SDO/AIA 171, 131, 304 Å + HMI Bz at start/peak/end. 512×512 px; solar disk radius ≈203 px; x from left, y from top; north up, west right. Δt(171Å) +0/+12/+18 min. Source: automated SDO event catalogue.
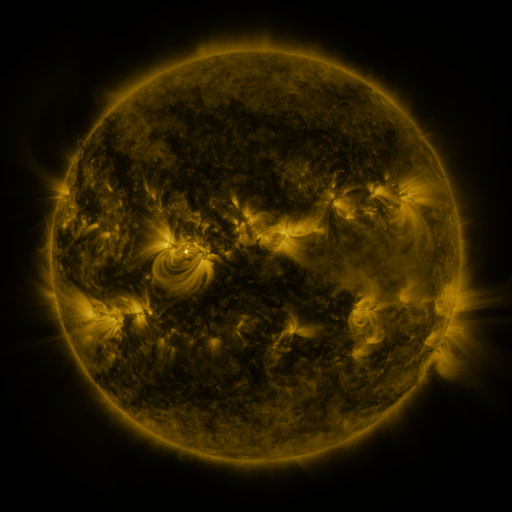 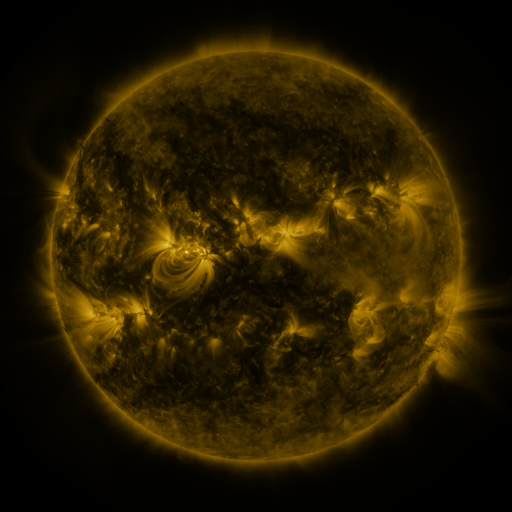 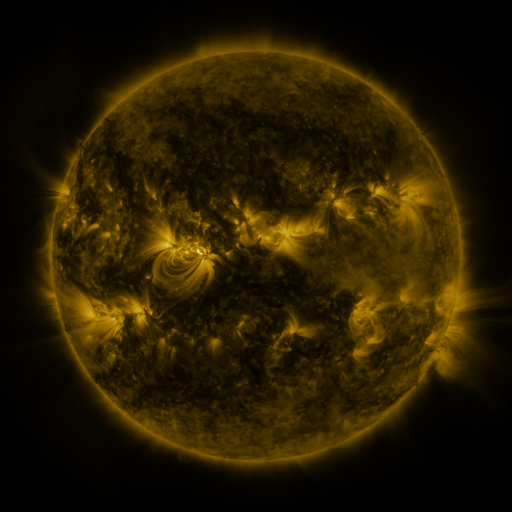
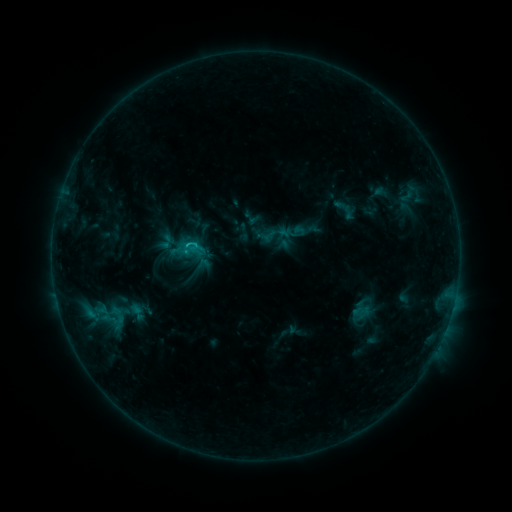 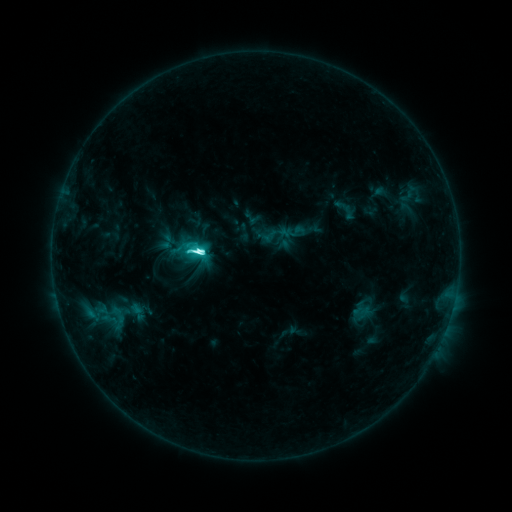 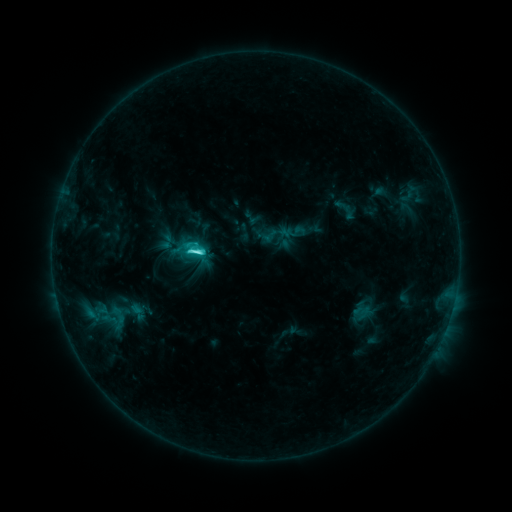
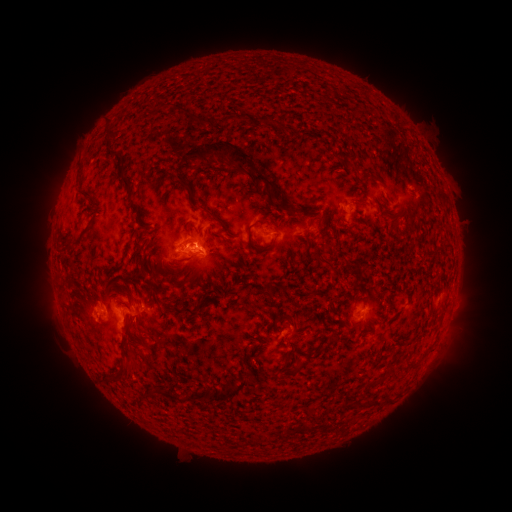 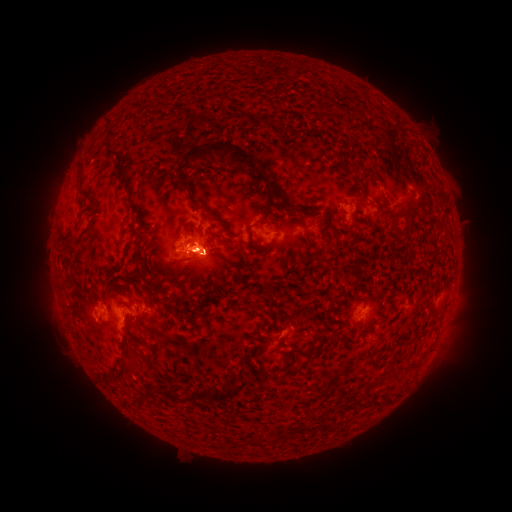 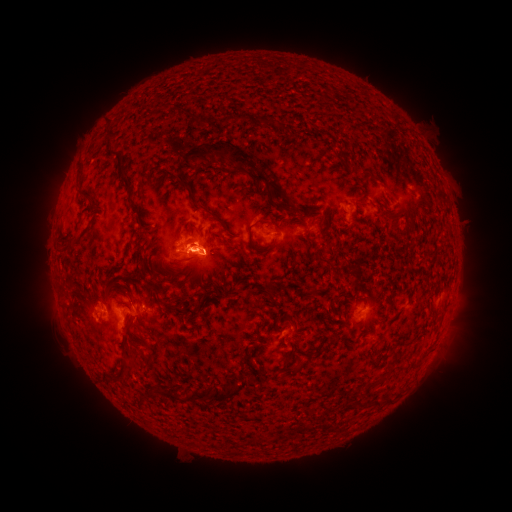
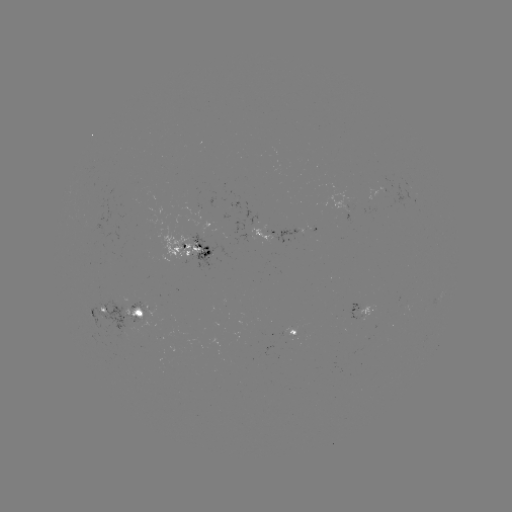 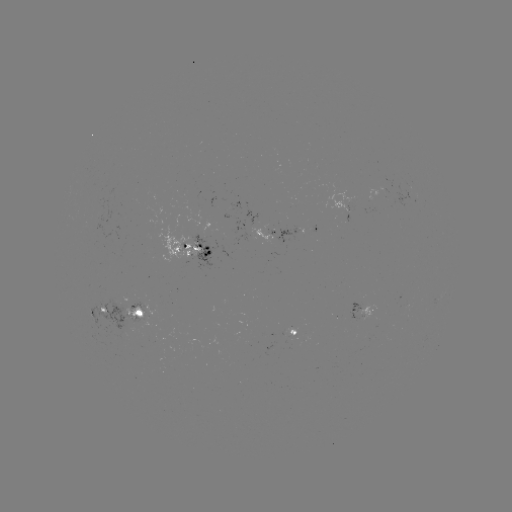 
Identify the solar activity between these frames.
M1.0 flare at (200, 252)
